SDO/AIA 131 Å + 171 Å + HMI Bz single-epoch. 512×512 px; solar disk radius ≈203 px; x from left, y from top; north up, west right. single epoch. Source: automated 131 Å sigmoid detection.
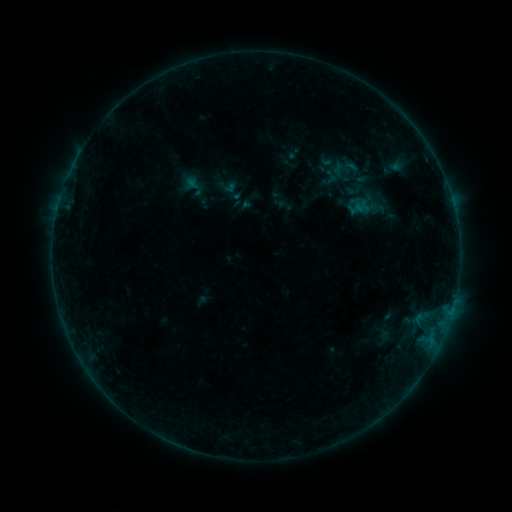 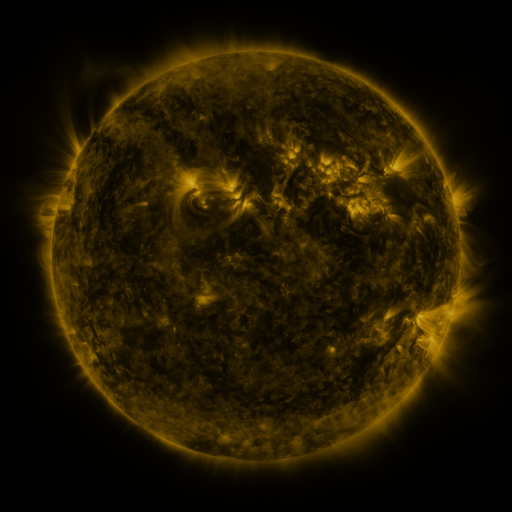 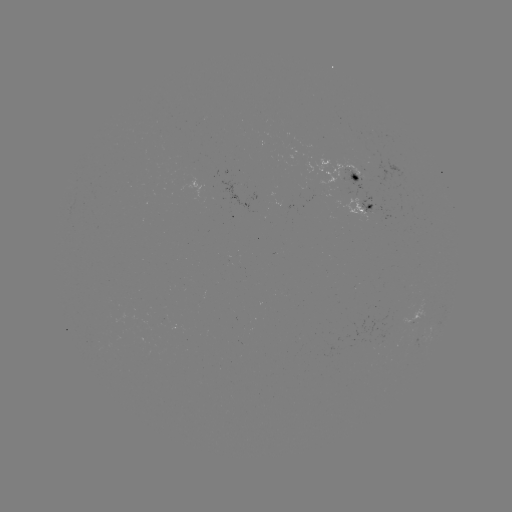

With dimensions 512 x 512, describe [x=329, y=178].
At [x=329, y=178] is sigmoid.